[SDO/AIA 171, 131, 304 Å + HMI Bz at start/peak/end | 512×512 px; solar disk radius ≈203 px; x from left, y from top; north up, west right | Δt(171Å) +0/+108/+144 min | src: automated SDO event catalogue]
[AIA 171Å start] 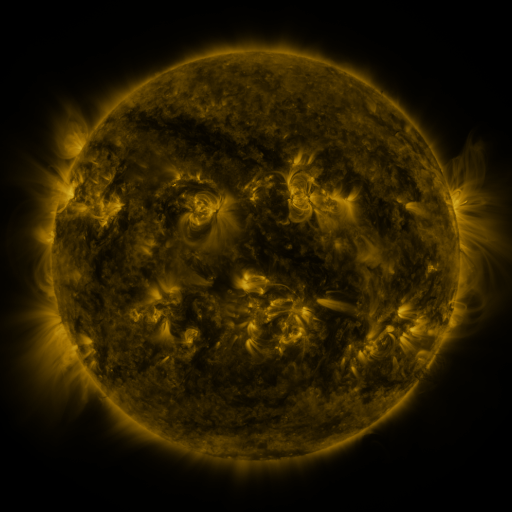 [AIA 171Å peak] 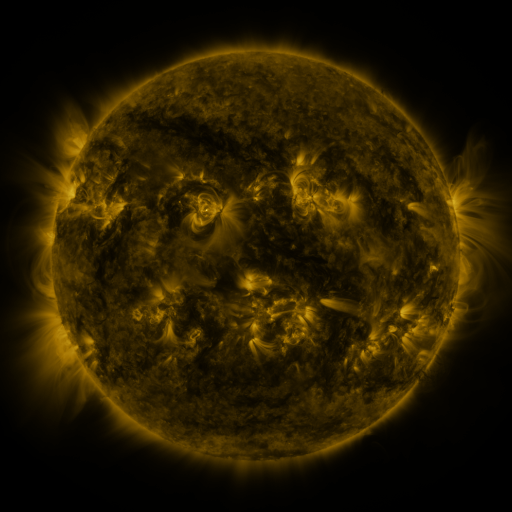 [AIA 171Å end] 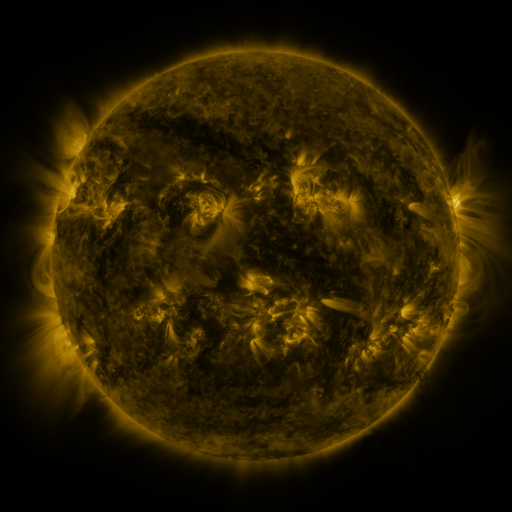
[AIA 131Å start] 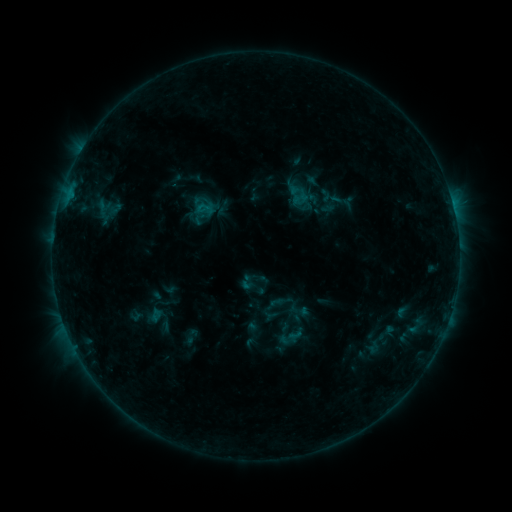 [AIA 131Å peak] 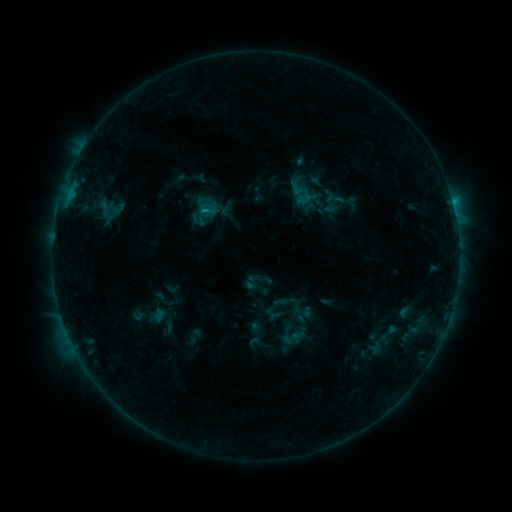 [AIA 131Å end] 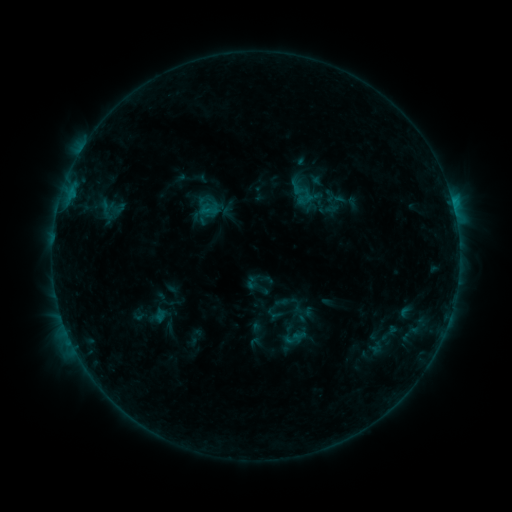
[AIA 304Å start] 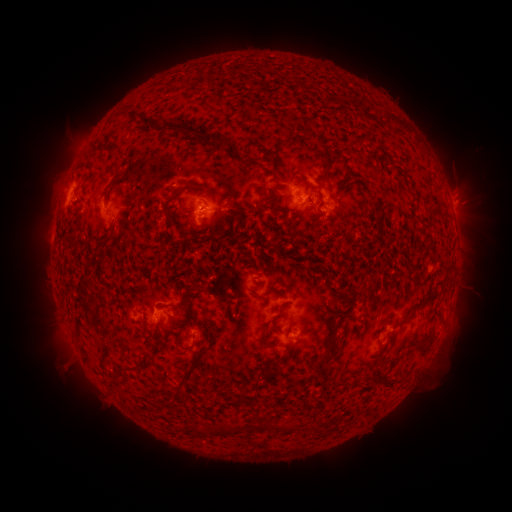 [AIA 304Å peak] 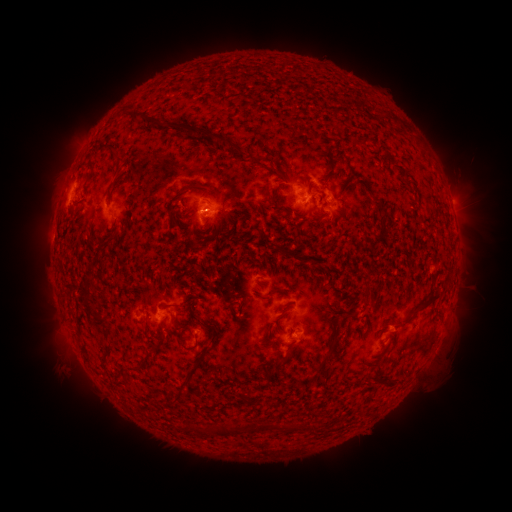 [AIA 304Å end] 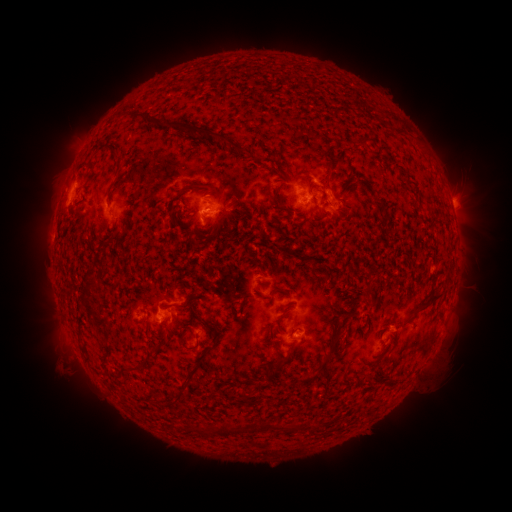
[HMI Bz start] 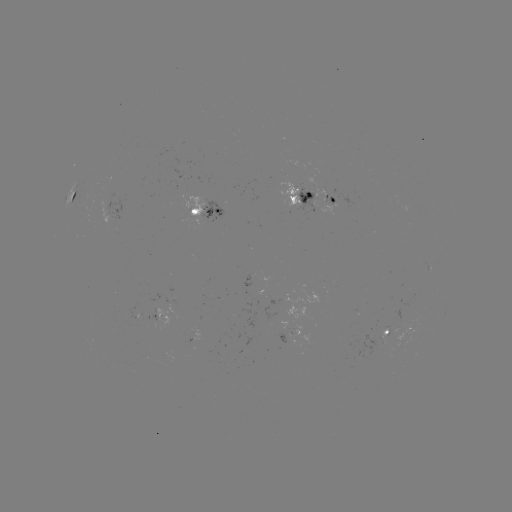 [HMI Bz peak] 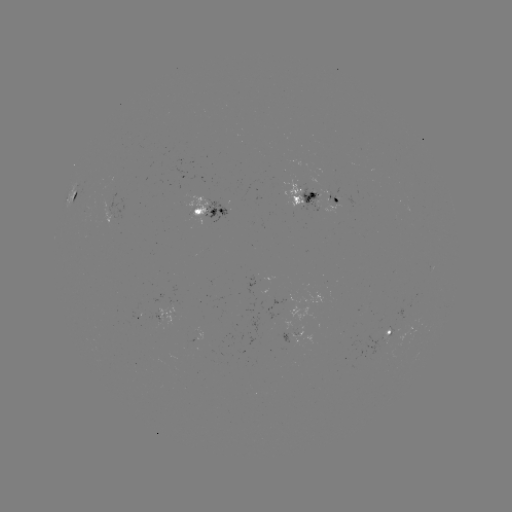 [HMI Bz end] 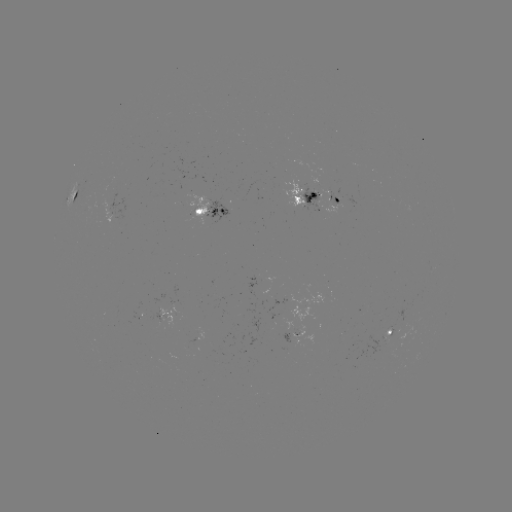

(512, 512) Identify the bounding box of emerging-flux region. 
[376, 327, 389, 339].